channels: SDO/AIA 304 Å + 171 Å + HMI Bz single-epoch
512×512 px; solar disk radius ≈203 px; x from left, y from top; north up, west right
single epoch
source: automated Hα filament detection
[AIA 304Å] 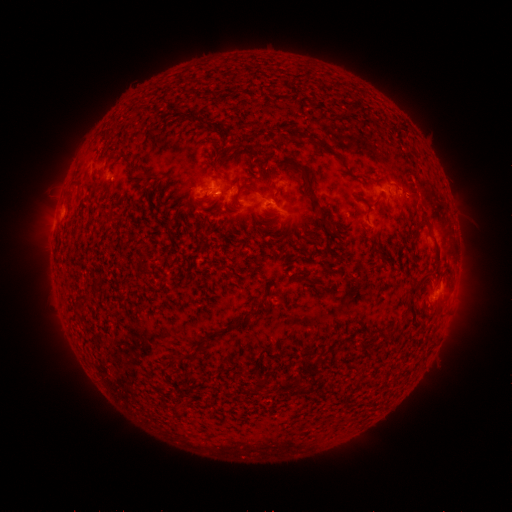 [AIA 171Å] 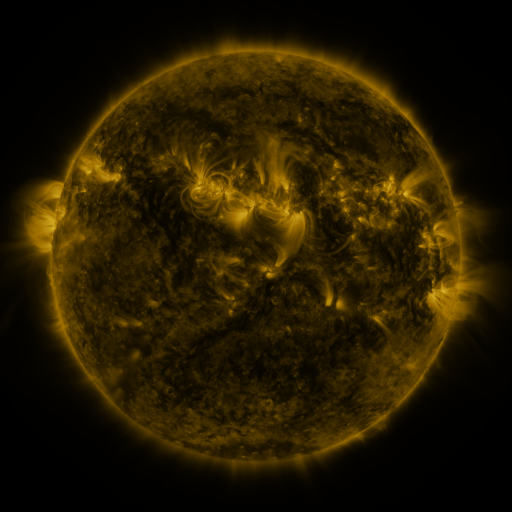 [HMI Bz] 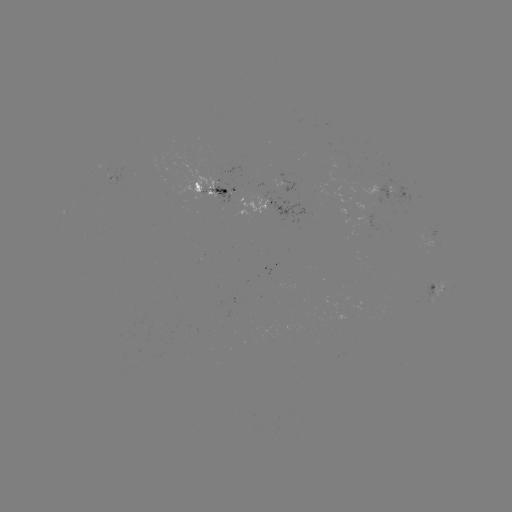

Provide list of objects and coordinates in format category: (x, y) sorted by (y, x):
filament: (349, 111)
filament: (297, 137)
filament: (324, 145)
filament: (231, 150)
filament: (252, 186)
filament: (318, 206)
filament: (112, 219)
filament: (423, 223)
filament: (438, 273)
filament: (416, 288)
filament: (82, 297)
filament: (248, 315)
filament: (295, 380)
filament: (257, 387)
